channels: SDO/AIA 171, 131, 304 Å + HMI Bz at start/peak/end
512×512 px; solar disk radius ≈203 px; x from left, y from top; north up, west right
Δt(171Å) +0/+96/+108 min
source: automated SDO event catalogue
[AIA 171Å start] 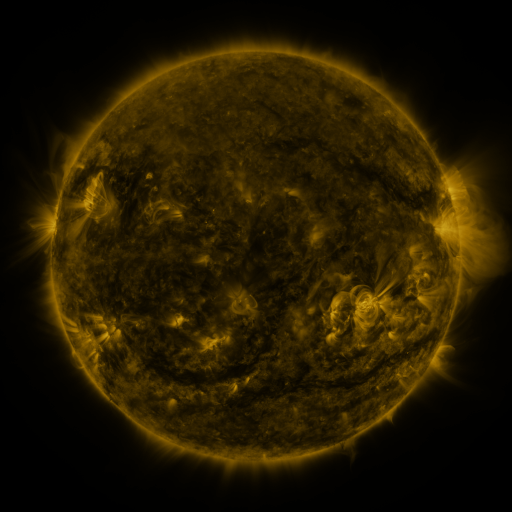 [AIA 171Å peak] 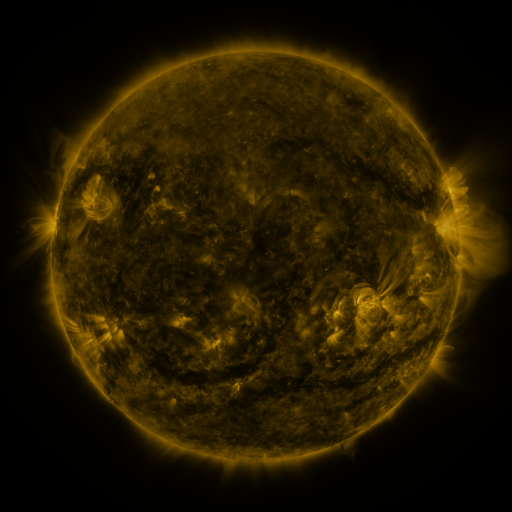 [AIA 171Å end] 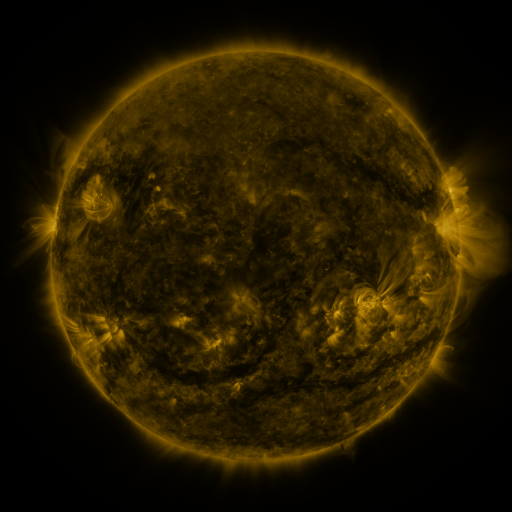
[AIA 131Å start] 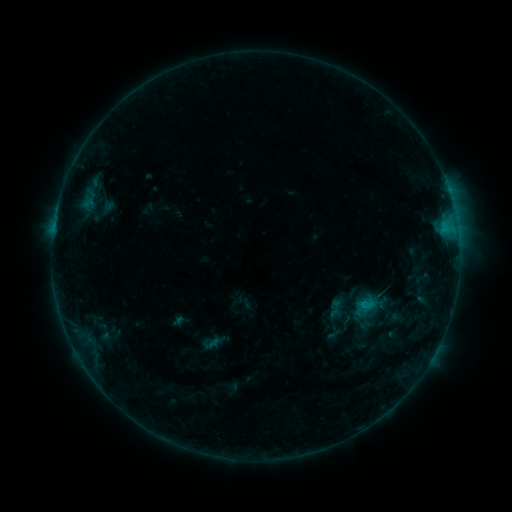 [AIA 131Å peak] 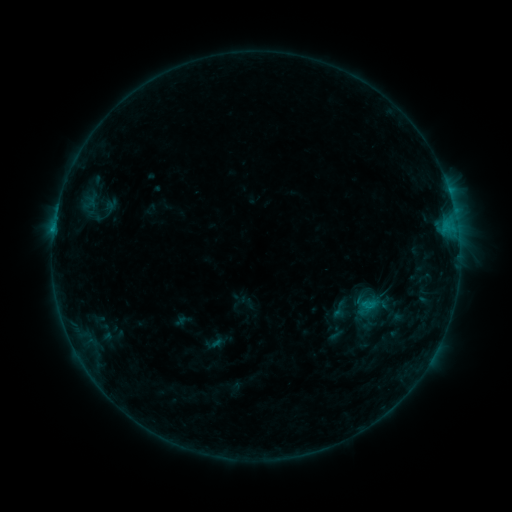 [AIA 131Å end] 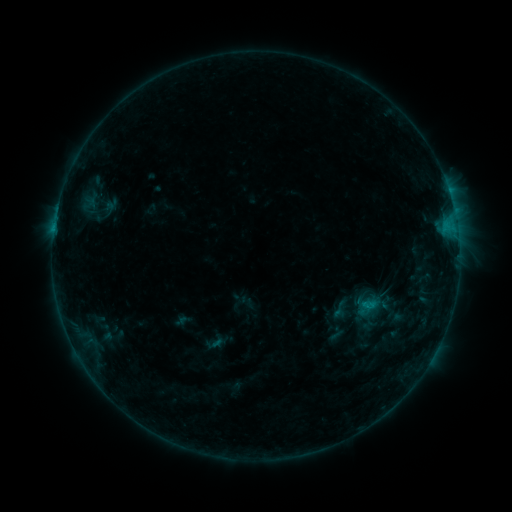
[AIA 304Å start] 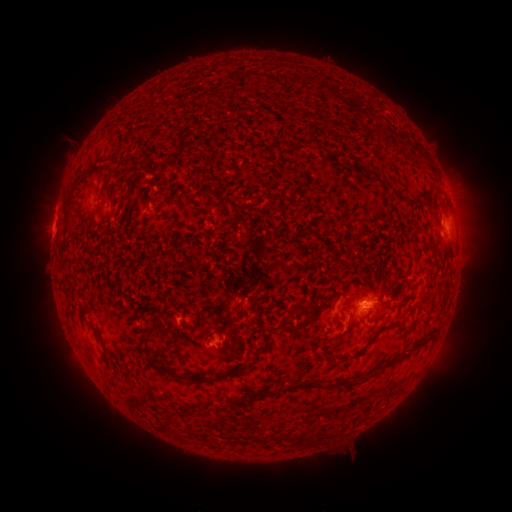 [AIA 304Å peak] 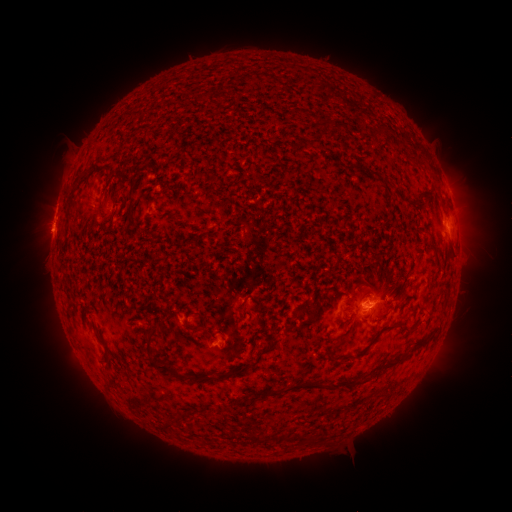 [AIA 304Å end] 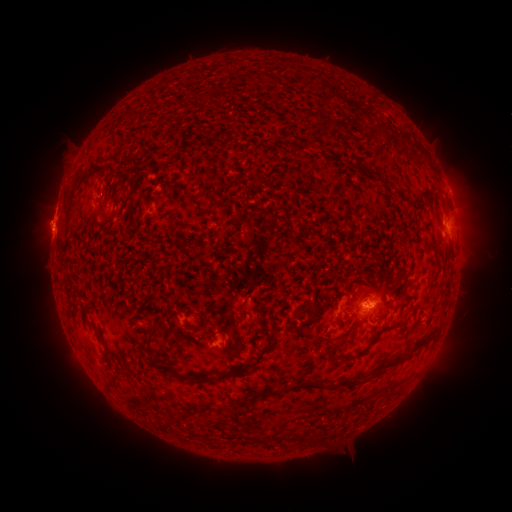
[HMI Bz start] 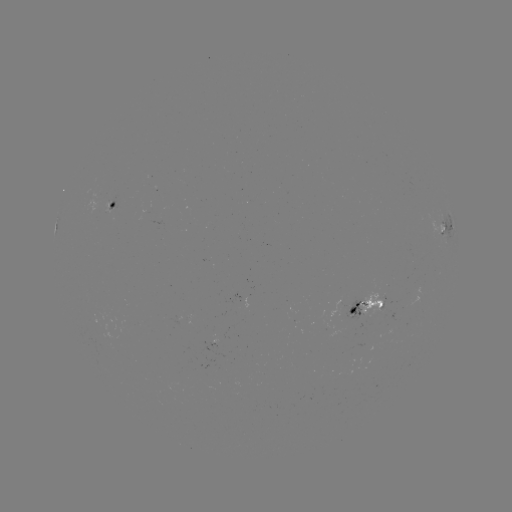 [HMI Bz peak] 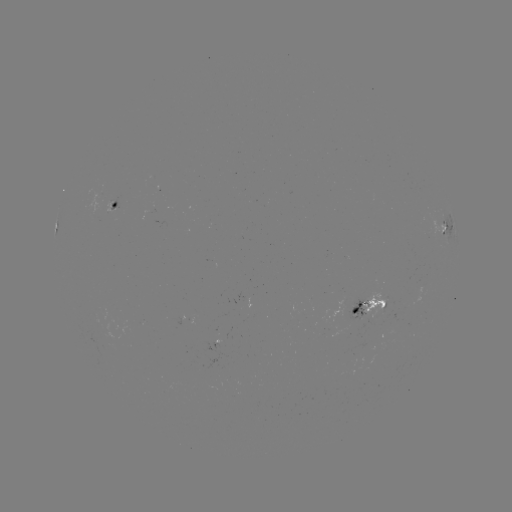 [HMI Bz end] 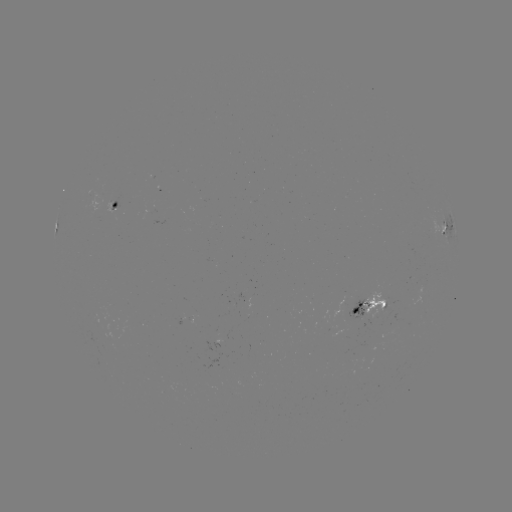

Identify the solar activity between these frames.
emerging-flux region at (110, 204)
